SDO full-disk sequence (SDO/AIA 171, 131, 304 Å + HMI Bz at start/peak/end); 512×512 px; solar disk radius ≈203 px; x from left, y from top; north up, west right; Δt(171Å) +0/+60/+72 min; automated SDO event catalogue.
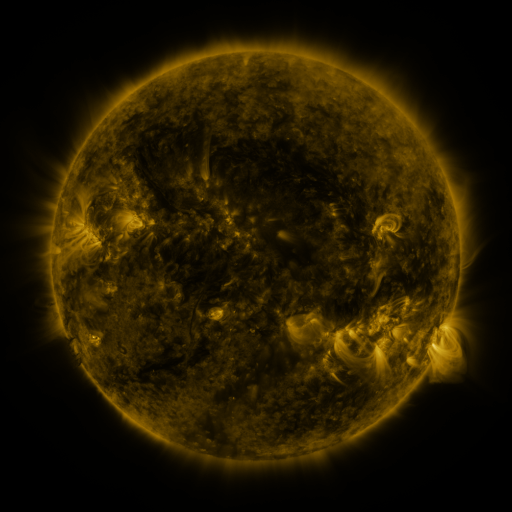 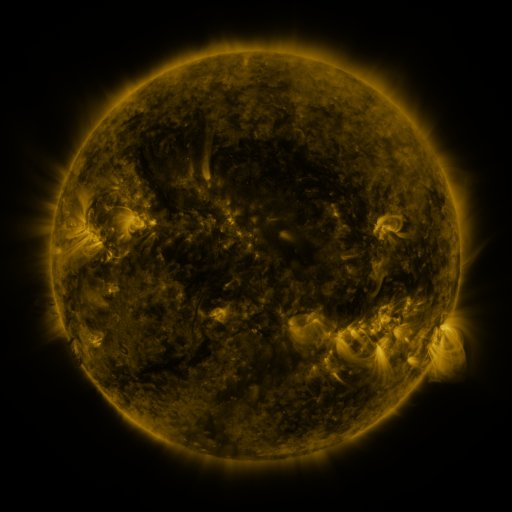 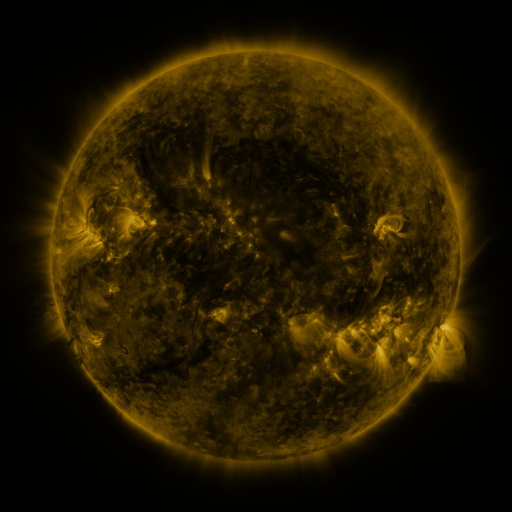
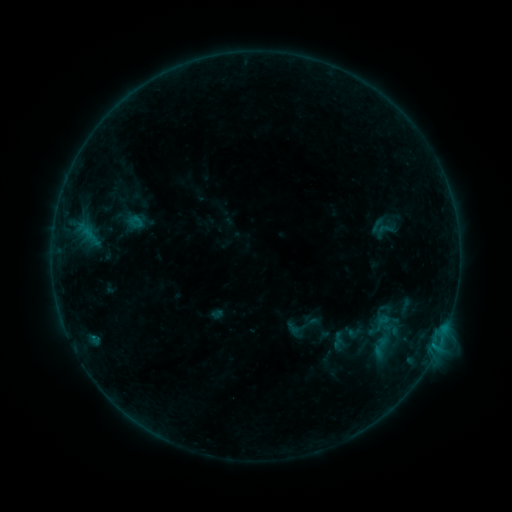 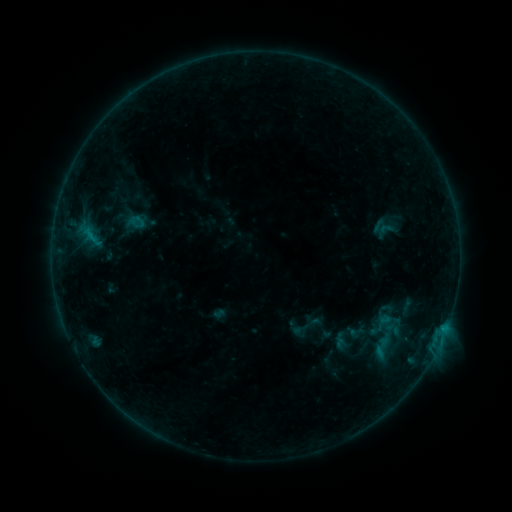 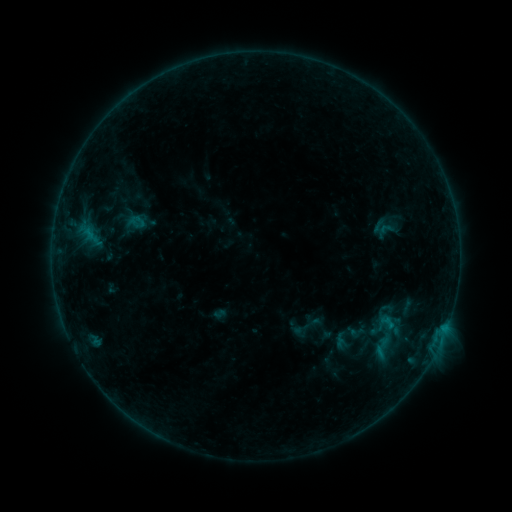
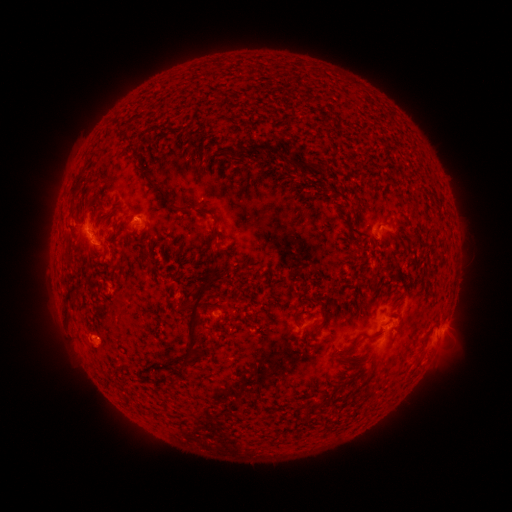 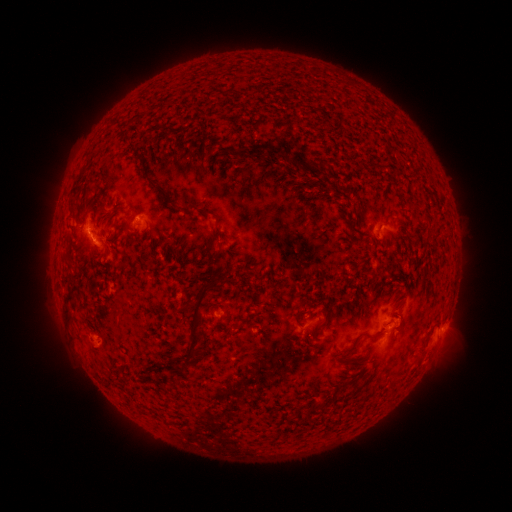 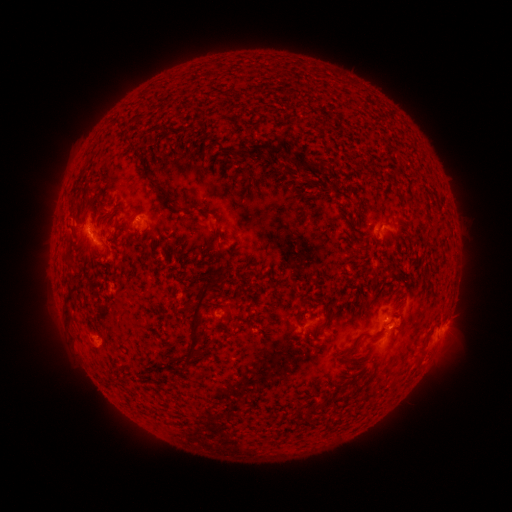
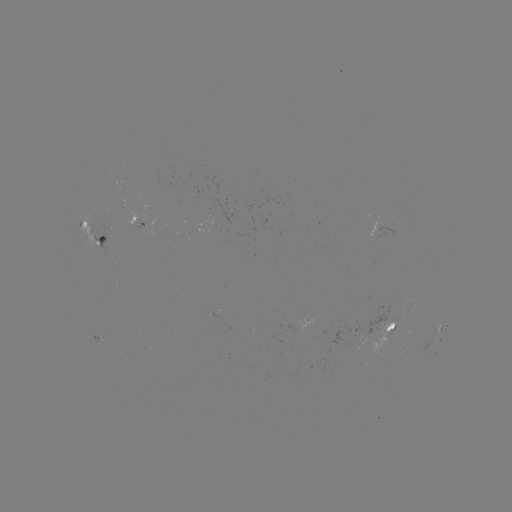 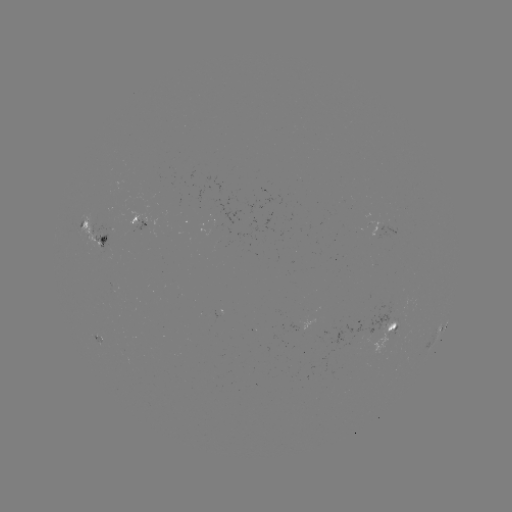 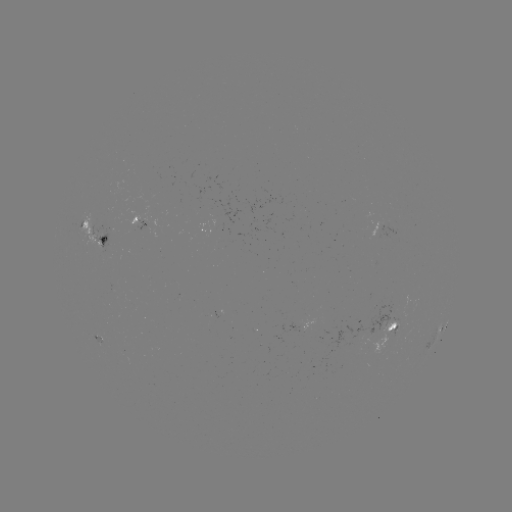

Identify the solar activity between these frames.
emerging-flux region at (136, 220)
